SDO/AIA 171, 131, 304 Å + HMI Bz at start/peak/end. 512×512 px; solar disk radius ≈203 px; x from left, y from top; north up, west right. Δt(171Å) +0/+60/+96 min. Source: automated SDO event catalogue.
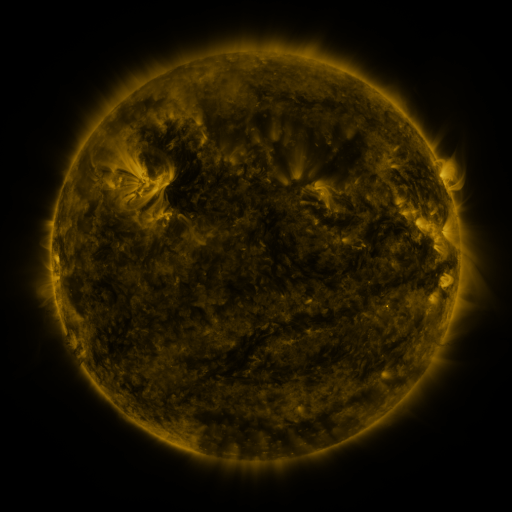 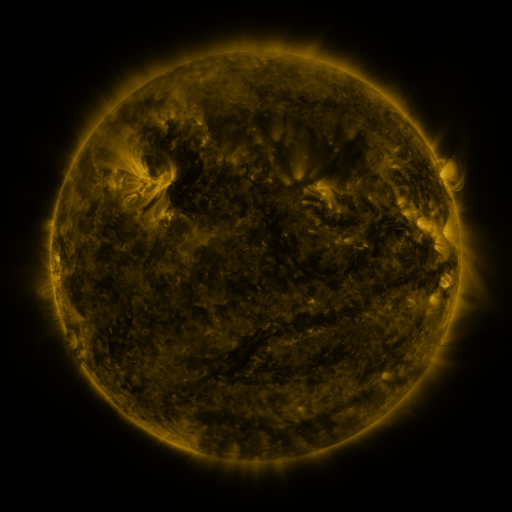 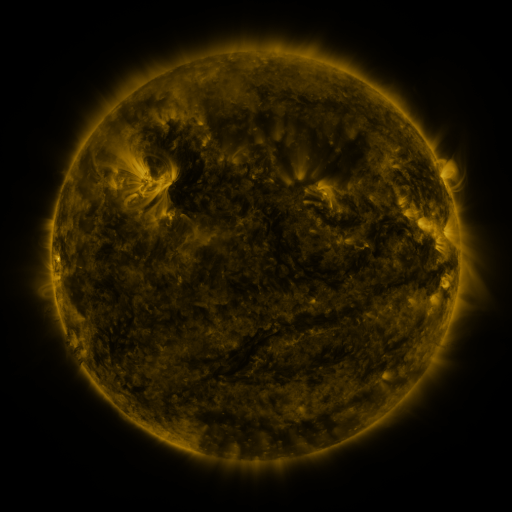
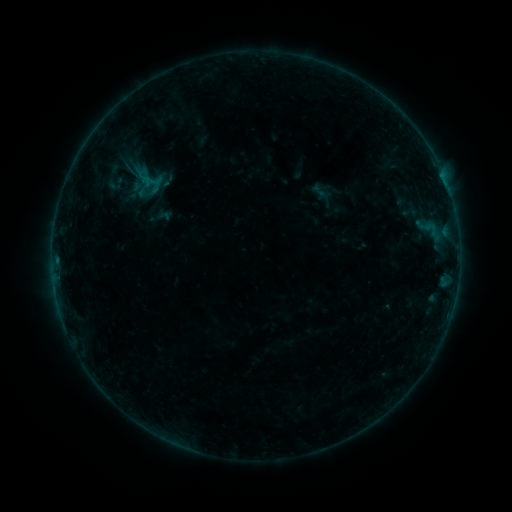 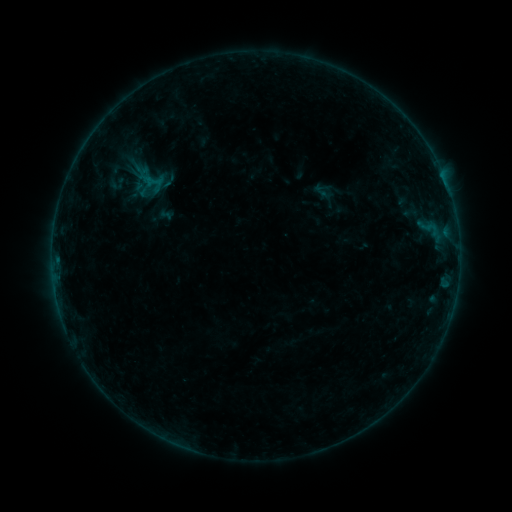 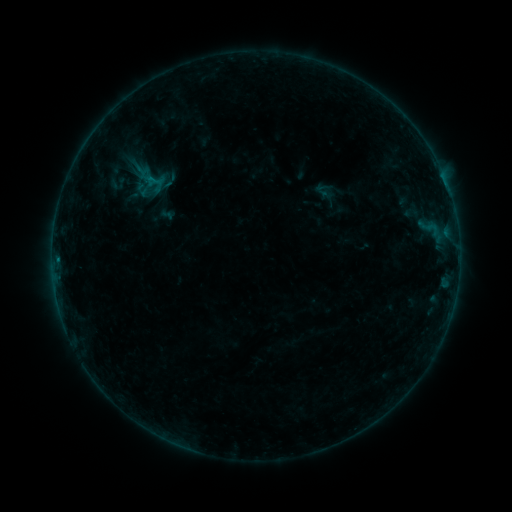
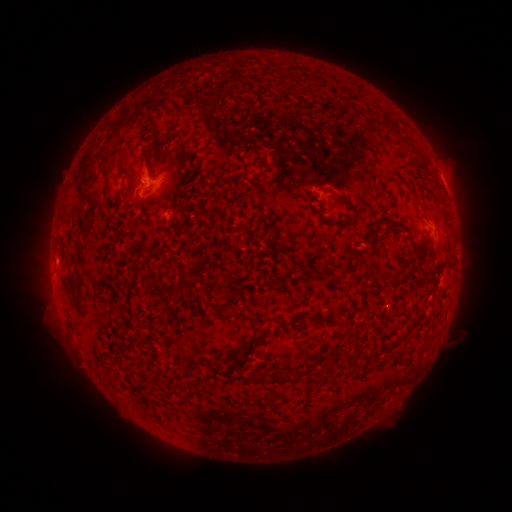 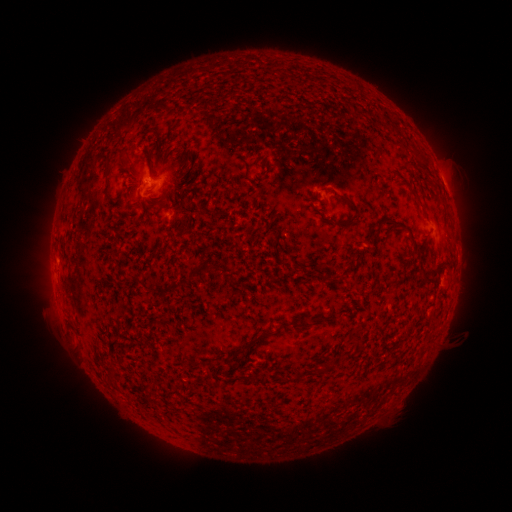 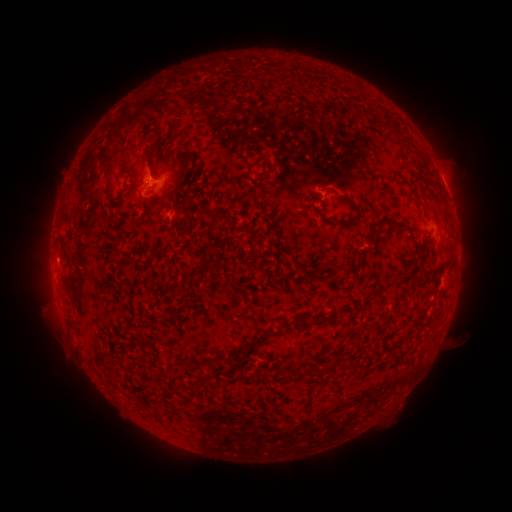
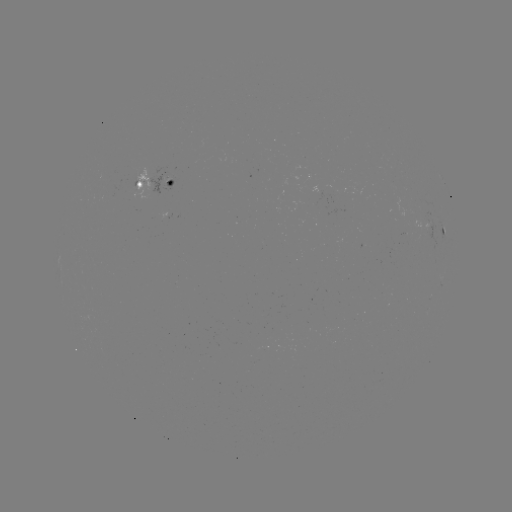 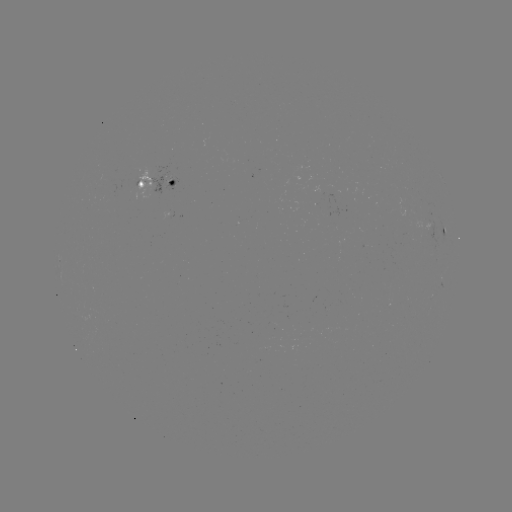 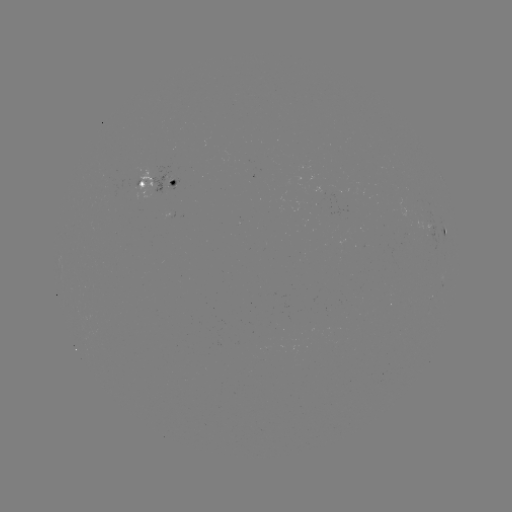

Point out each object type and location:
emerging-flux region: (325, 191)
